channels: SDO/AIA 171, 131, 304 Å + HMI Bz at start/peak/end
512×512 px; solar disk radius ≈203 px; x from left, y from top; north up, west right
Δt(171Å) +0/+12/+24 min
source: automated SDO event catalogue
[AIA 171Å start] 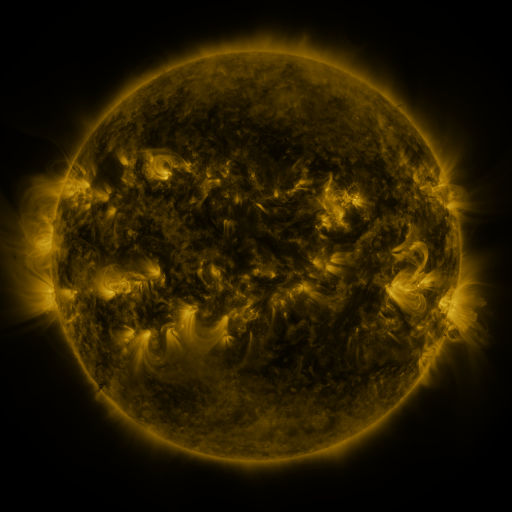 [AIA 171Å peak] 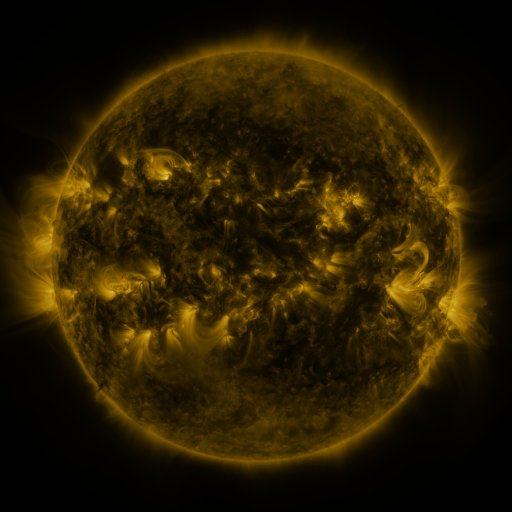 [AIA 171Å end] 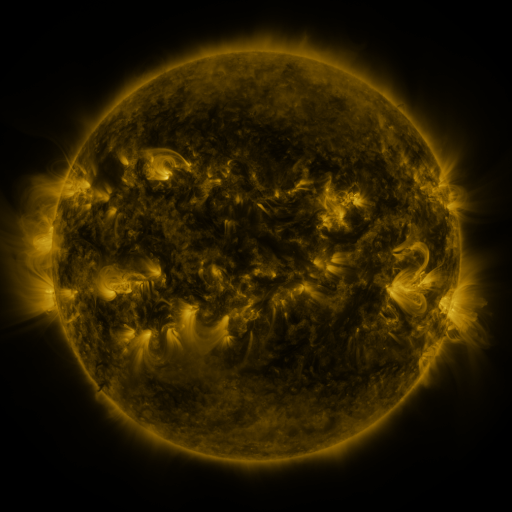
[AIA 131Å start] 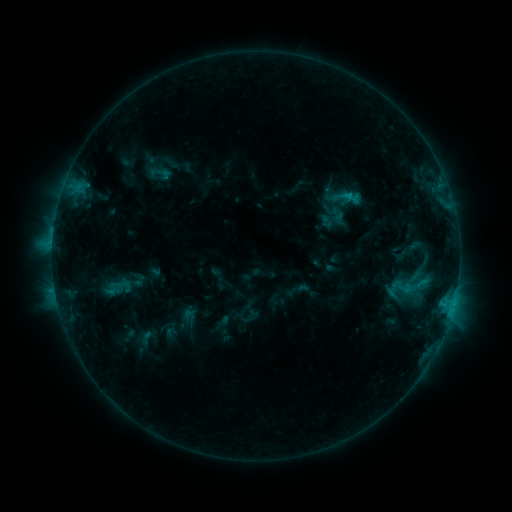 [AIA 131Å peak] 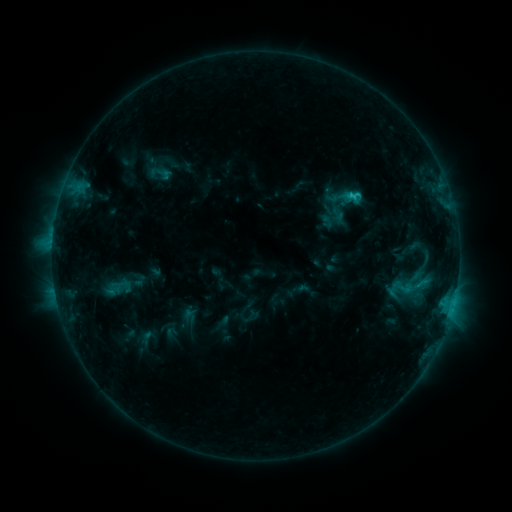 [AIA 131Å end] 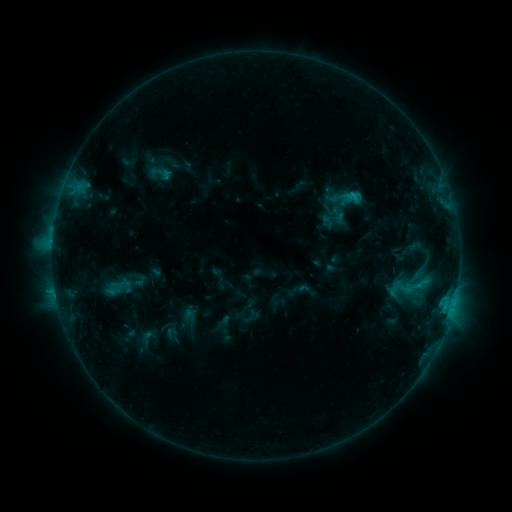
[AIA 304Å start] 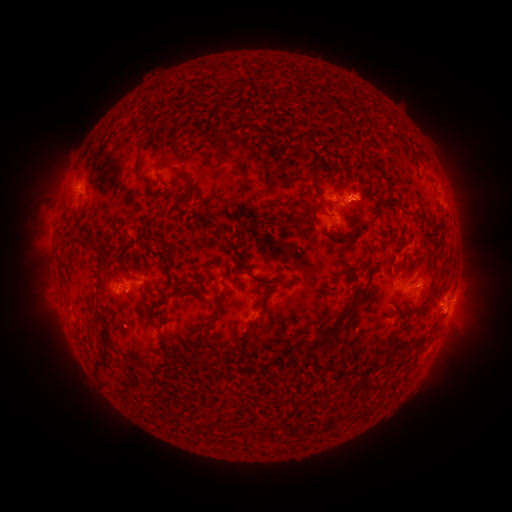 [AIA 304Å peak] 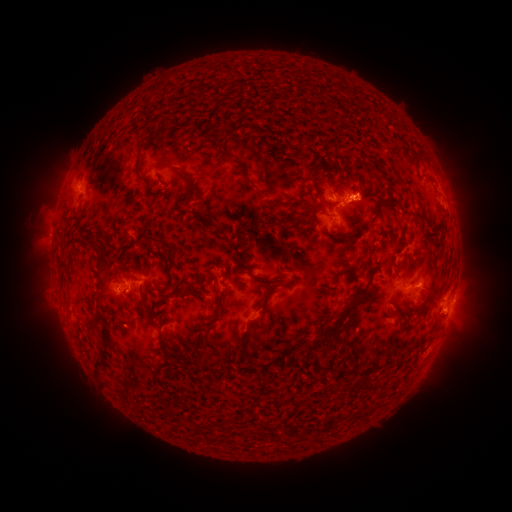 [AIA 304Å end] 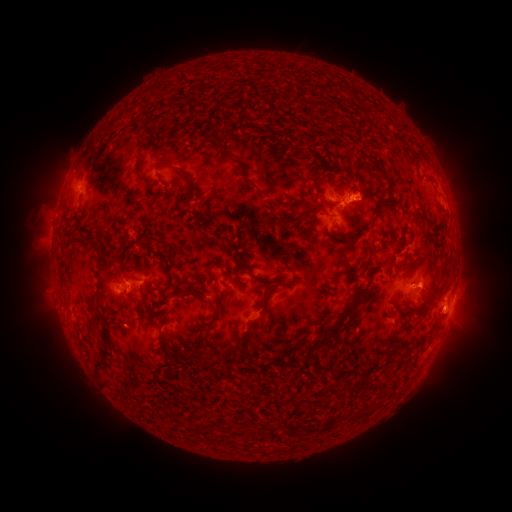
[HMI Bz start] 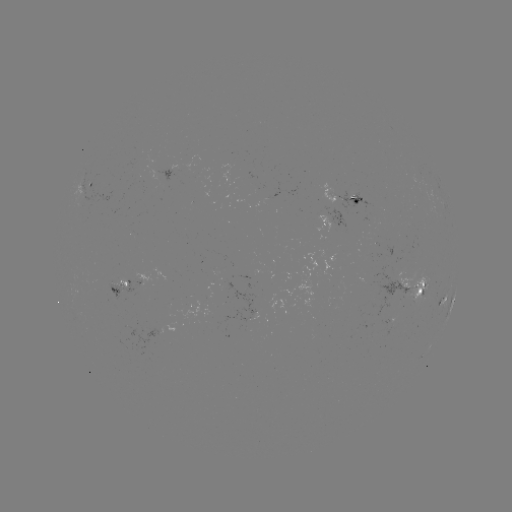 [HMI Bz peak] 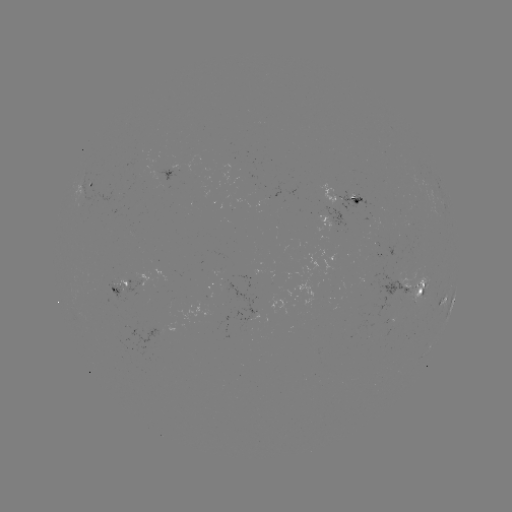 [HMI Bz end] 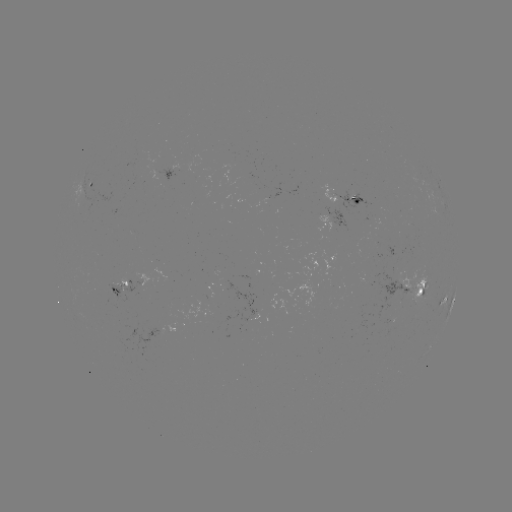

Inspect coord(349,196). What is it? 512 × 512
C1.7 flare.